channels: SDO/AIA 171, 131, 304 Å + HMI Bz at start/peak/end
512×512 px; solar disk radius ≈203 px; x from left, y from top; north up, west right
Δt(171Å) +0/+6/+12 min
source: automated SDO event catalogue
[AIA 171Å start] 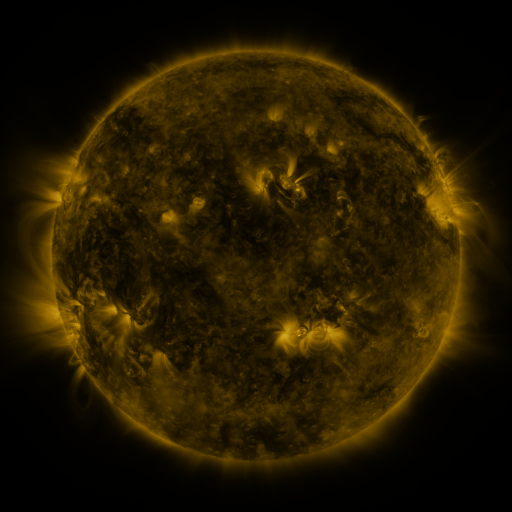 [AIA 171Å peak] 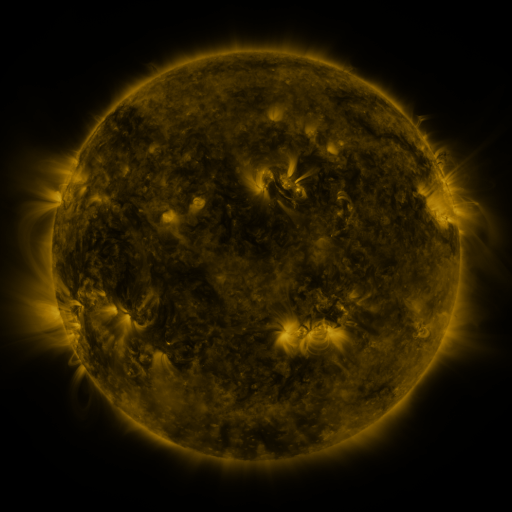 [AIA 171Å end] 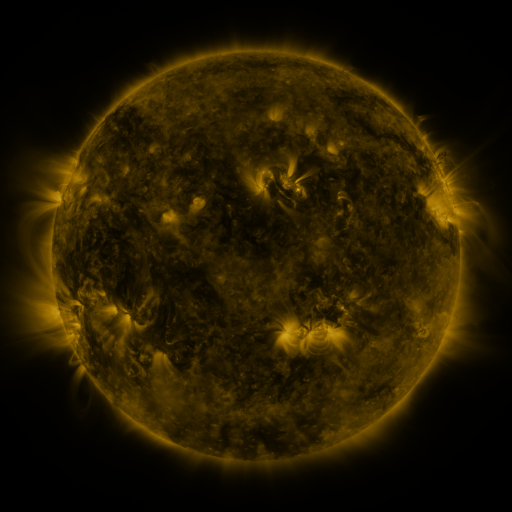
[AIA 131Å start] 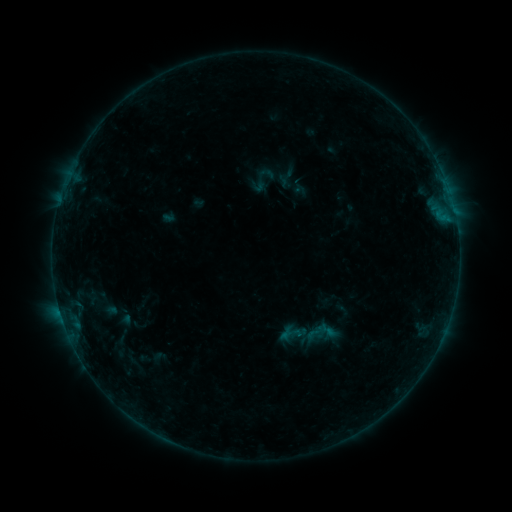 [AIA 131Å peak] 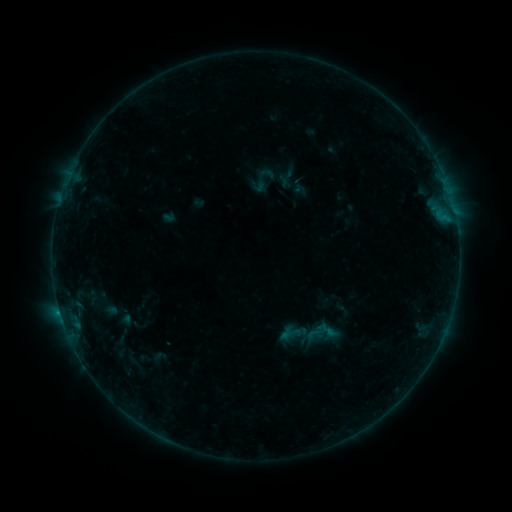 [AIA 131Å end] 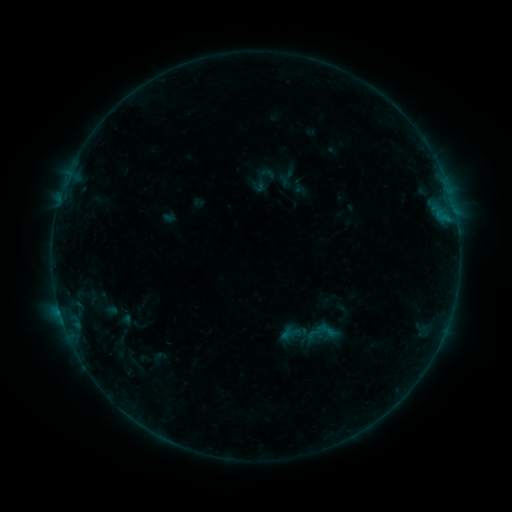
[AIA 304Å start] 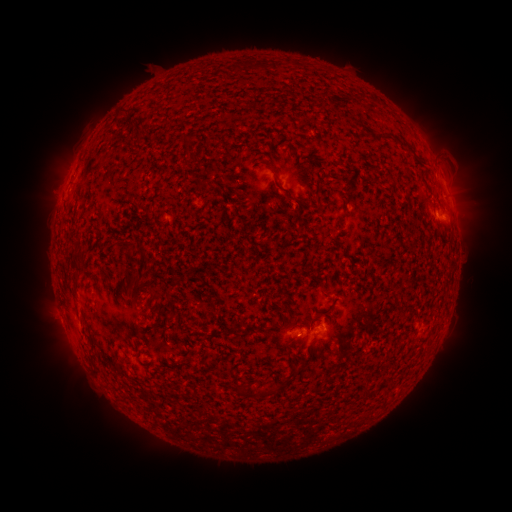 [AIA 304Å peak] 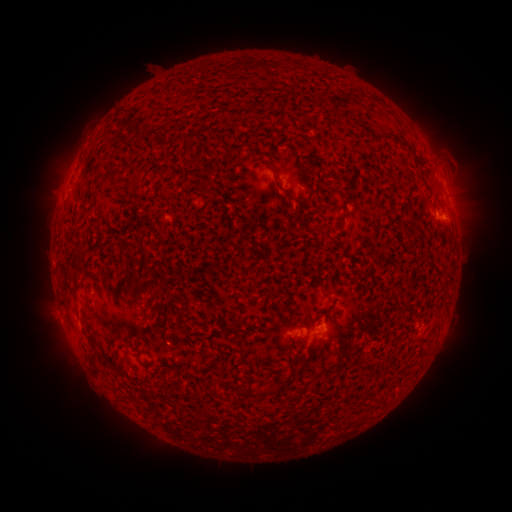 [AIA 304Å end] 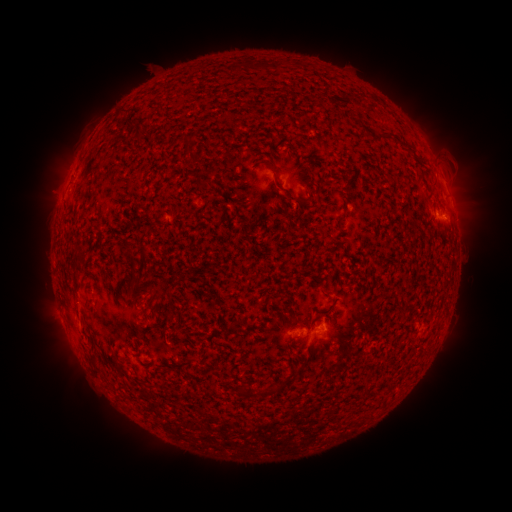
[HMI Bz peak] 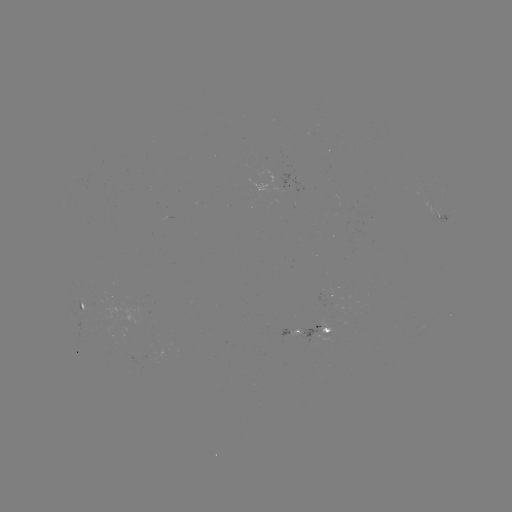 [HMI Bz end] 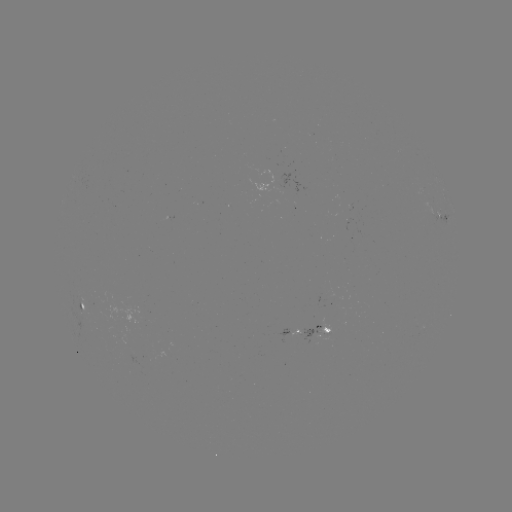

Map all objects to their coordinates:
B2.2 flare: (60, 311)
